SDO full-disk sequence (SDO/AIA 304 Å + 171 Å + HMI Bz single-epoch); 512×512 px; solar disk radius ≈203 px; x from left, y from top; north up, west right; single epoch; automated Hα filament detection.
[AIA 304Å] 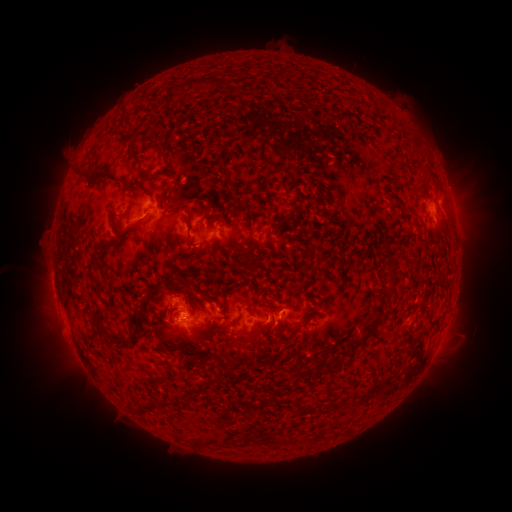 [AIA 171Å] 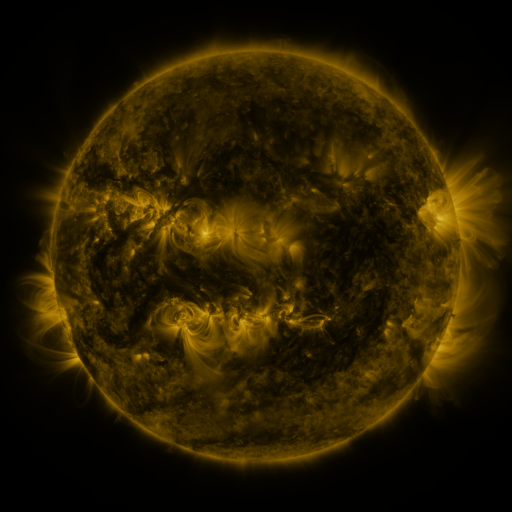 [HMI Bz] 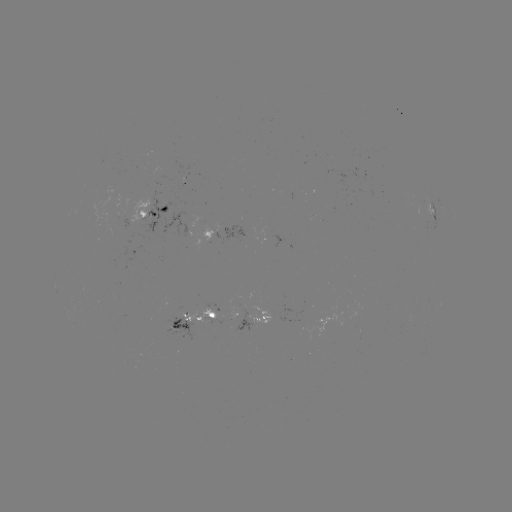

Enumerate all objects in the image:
filament: (202, 84)
filament: (166, 104)
filament: (415, 148)
filament: (159, 152)
filament: (259, 155)
filament: (143, 176)
filament: (113, 181)
filament: (164, 200)
filament: (119, 217)
filament: (136, 225)
filament: (268, 236)
filament: (190, 242)
filament: (105, 247)
filament: (388, 250)
filament: (393, 266)
filament: (93, 268)
filament: (251, 273)
filament: (393, 282)
filament: (163, 283)
filament: (185, 285)
filament: (100, 320)
filament: (297, 328)
filament: (373, 331)
filament: (252, 338)
filament: (130, 339)
filament: (161, 340)
filament: (336, 359)
filament: (190, 360)
filament: (317, 367)
filament: (292, 370)
filament: (252, 437)
filament: (218, 443)
